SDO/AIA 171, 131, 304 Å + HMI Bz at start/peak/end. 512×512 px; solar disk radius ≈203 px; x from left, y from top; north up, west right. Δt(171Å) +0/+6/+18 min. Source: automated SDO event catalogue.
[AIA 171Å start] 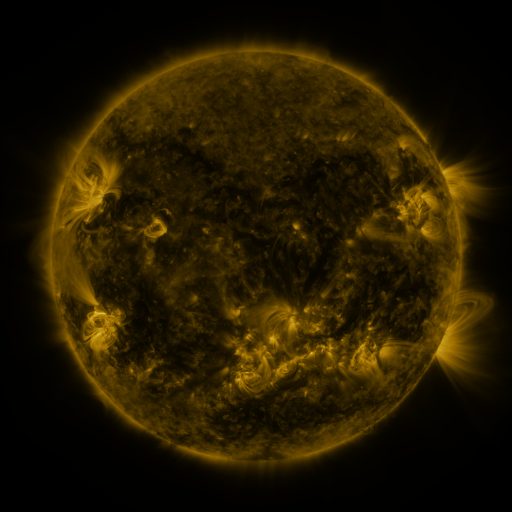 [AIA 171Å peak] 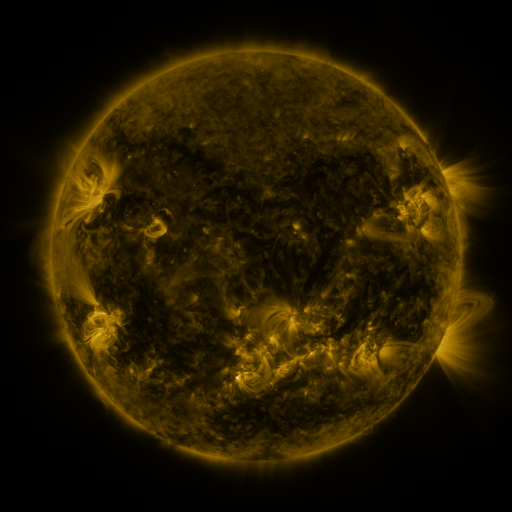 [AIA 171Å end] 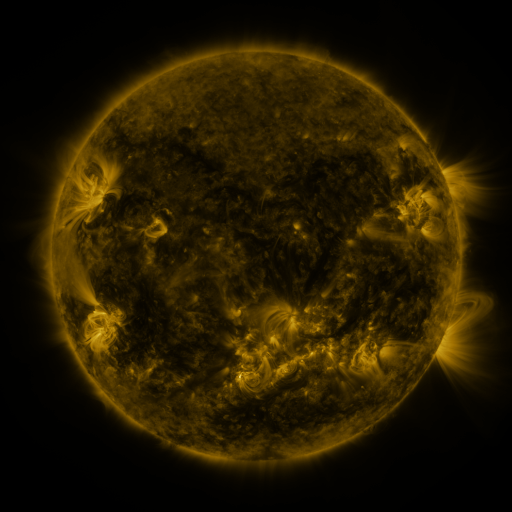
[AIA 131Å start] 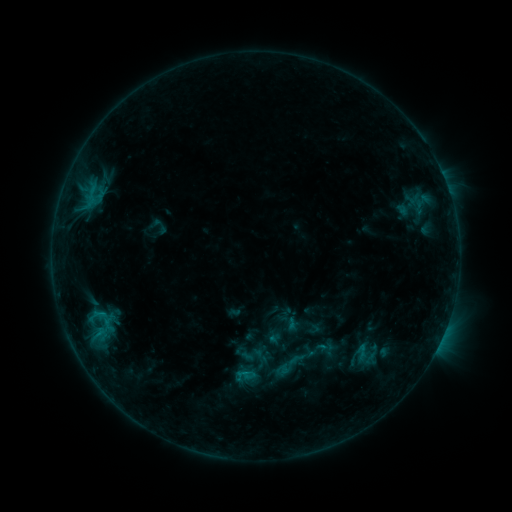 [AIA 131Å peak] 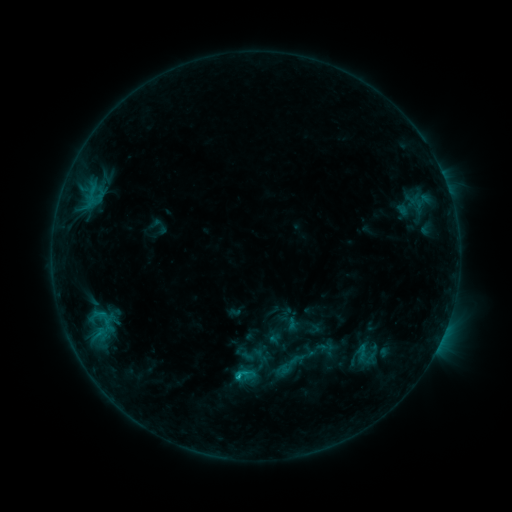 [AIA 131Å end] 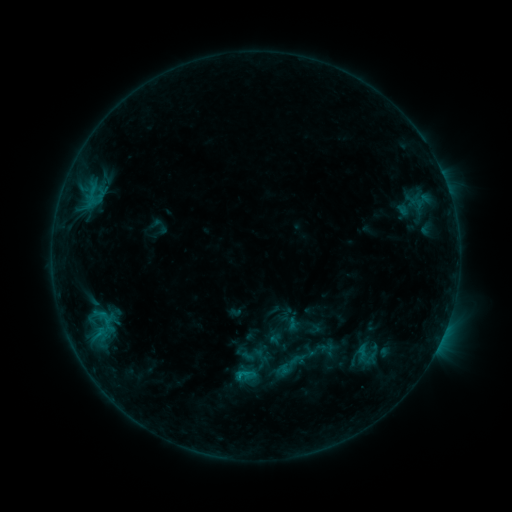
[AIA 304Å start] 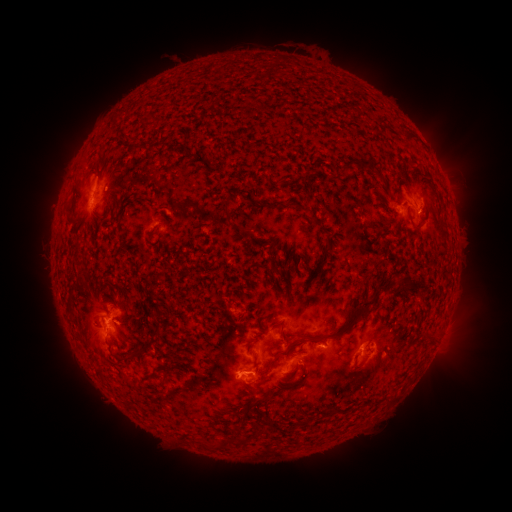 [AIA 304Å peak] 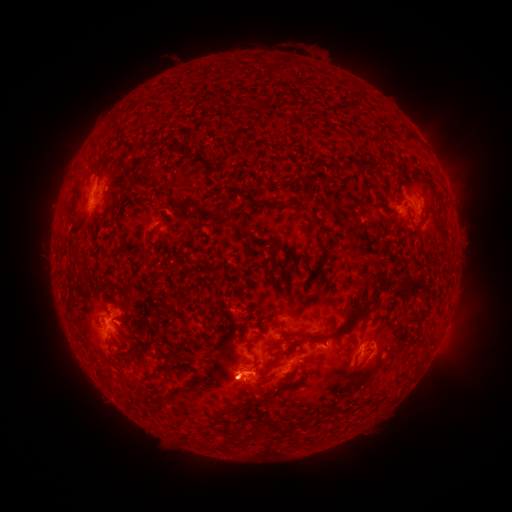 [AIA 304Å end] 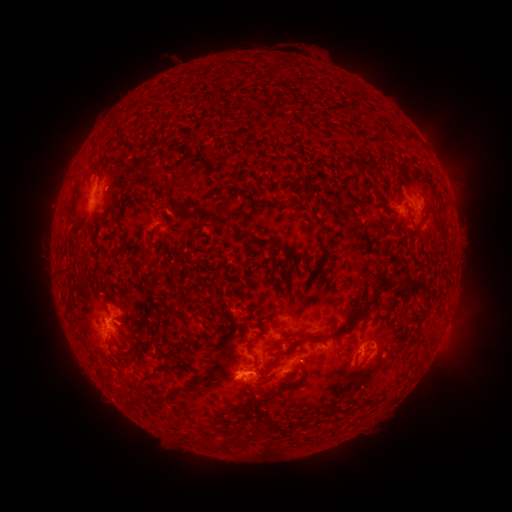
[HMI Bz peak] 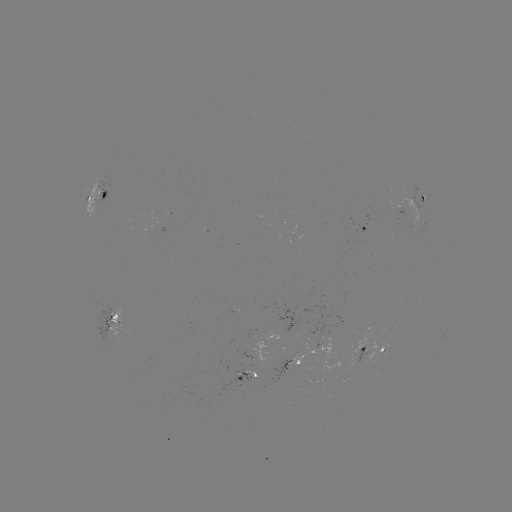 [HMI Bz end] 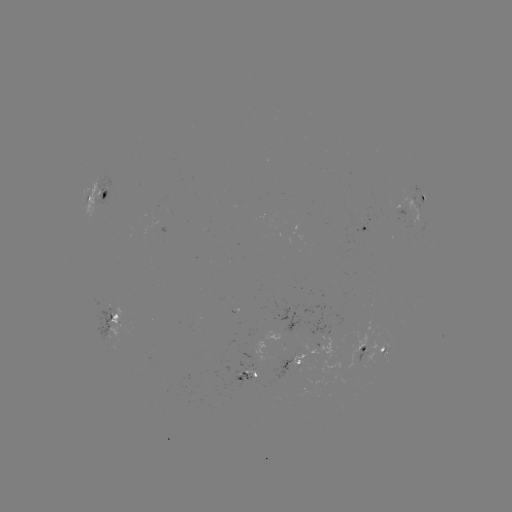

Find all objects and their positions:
B9.6 flare: (240, 373)
